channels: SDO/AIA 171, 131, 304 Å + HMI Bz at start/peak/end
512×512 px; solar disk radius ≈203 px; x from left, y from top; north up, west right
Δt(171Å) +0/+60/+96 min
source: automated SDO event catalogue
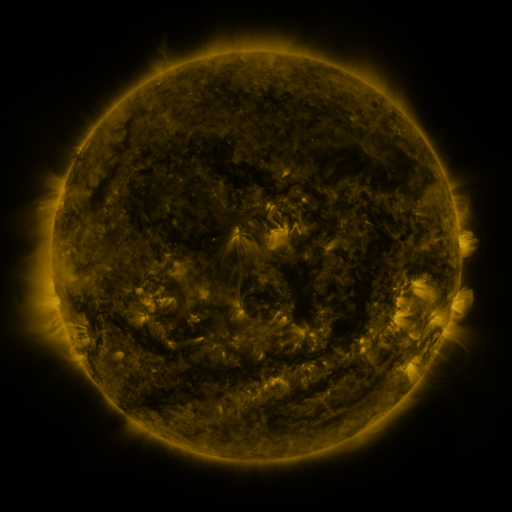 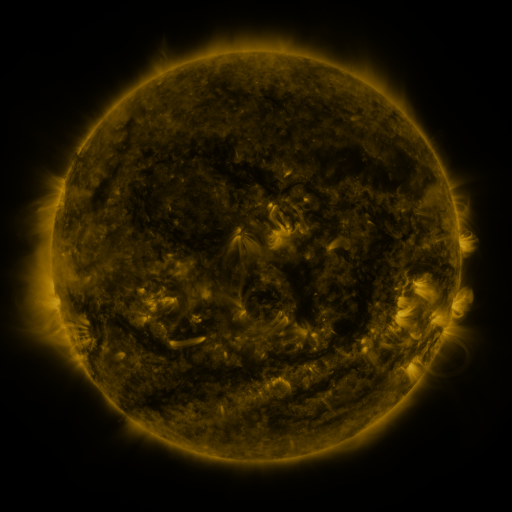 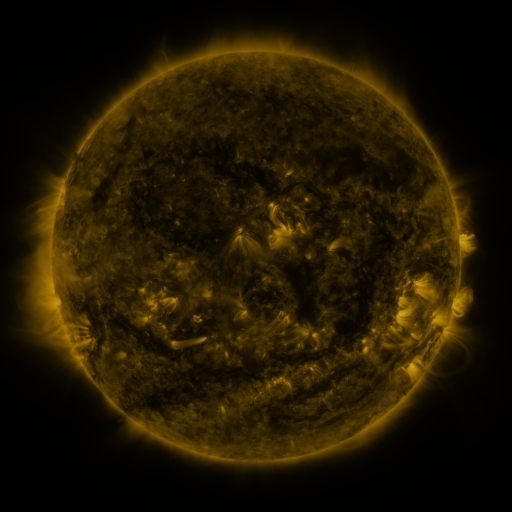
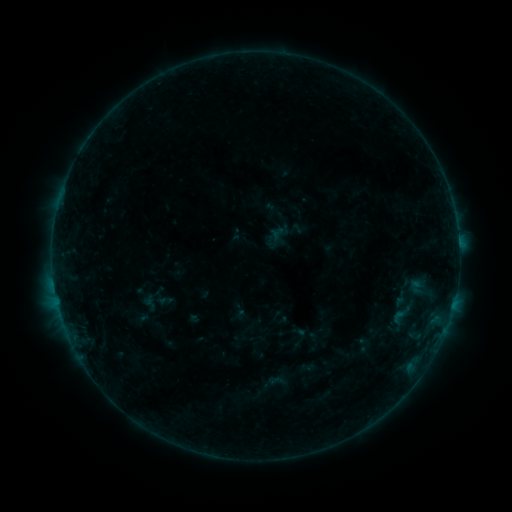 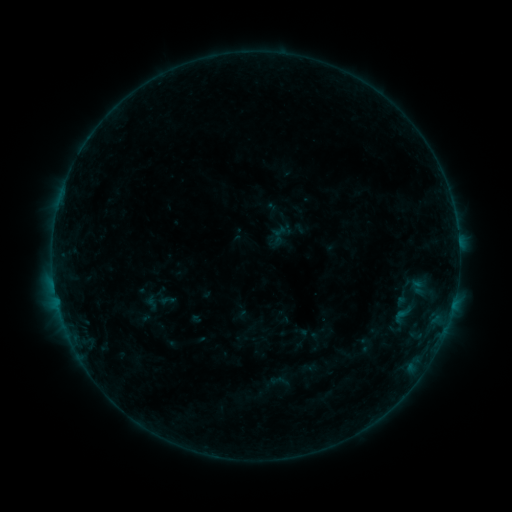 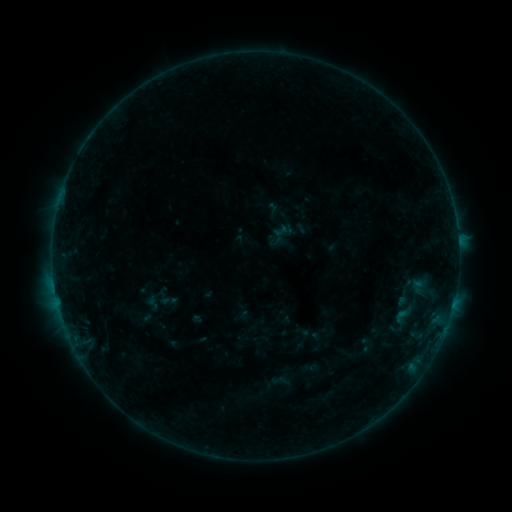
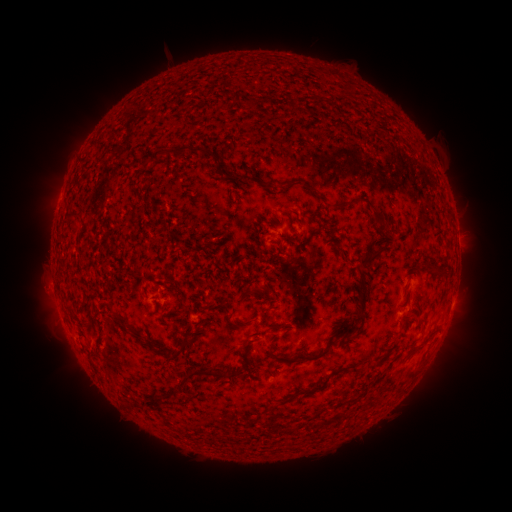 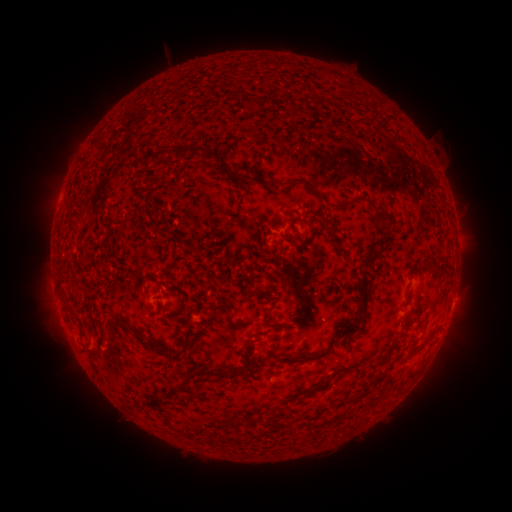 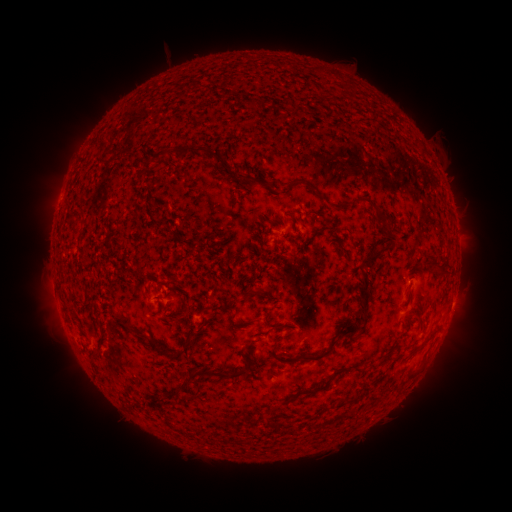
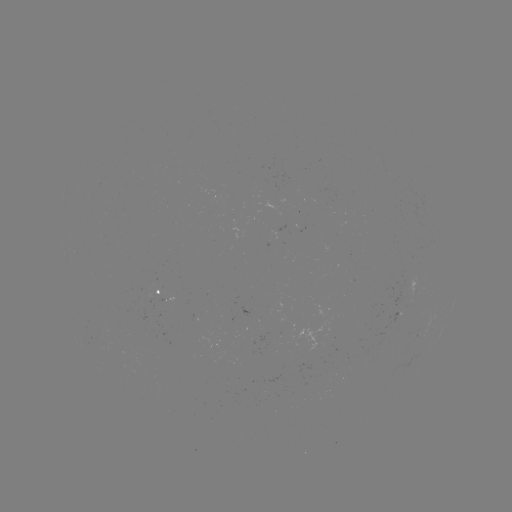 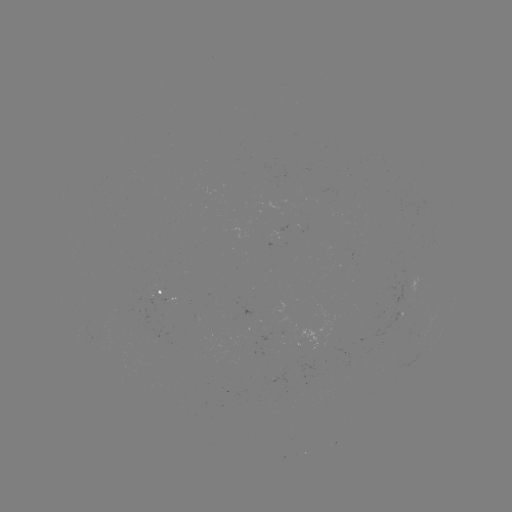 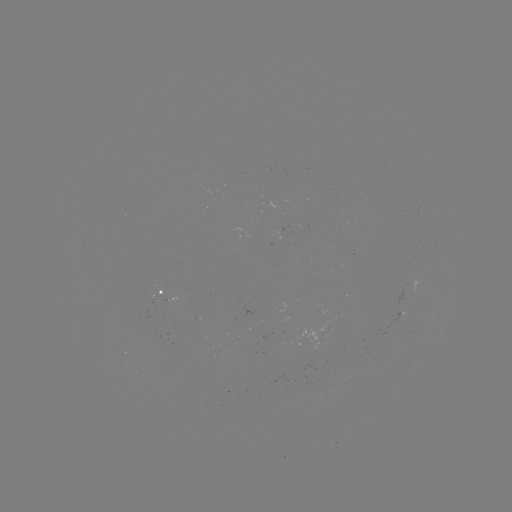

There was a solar emerging-flux region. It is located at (152, 298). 